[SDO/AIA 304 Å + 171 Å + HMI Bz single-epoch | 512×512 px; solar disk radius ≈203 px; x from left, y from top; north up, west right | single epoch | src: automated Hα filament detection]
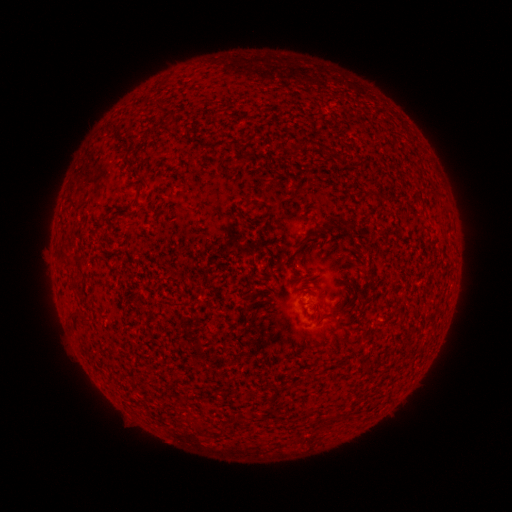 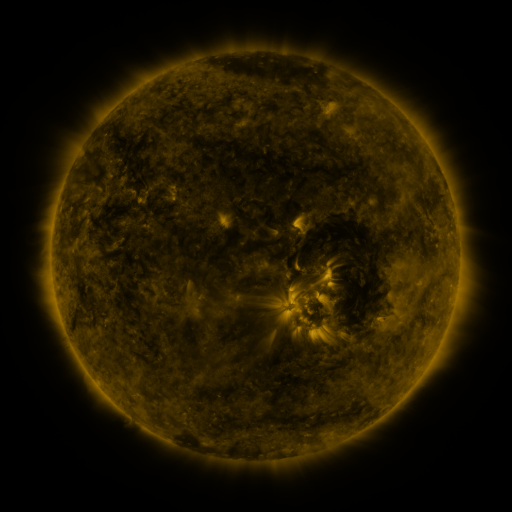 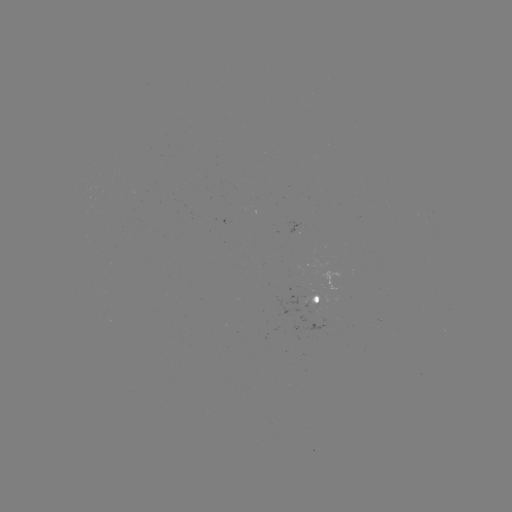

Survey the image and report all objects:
filament: (207, 146)
filament: (304, 238)
filament: (370, 272)
filament: (335, 311)
filament: (84, 318)
filament: (189, 418)
filament: (200, 428)
